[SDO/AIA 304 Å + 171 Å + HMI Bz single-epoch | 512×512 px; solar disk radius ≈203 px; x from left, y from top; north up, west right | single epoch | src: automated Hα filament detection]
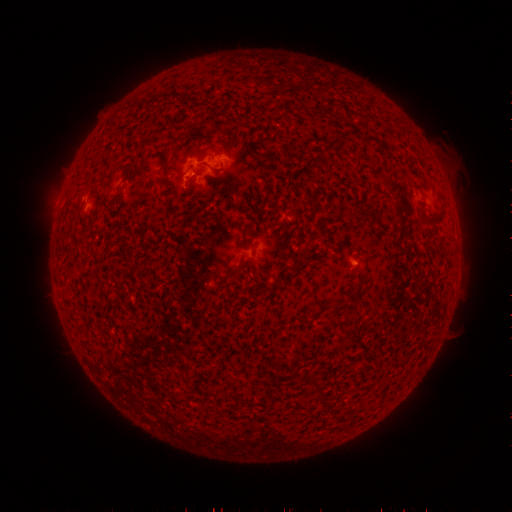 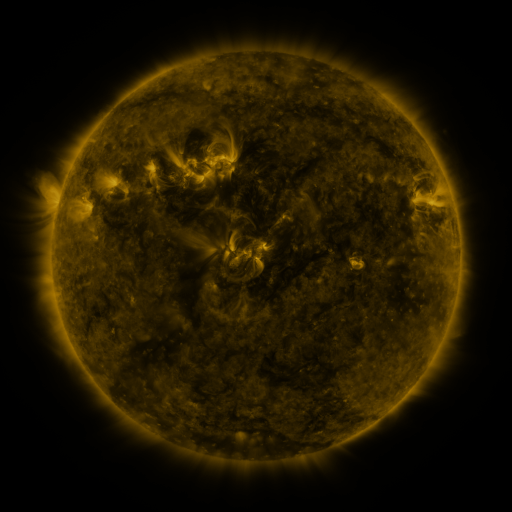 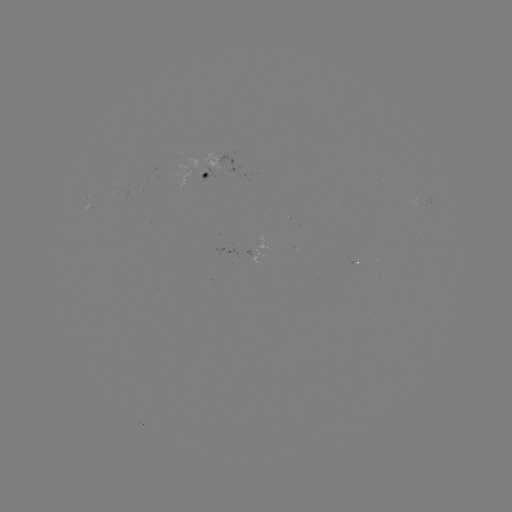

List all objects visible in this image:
filament: <bbox>382, 114, 392, 123</bbox>
filament: <bbox>350, 204, 359, 224</bbox>
filament: <bbox>426, 215, 437, 223</bbox>
filament: <bbox>232, 258, 248, 274</bbox>
filament: <bbox>353, 276, 367, 297</bbox>
filament: <bbox>332, 301, 352, 312</bbox>
